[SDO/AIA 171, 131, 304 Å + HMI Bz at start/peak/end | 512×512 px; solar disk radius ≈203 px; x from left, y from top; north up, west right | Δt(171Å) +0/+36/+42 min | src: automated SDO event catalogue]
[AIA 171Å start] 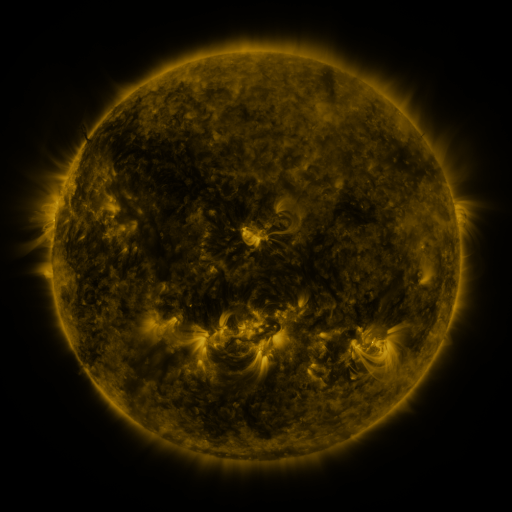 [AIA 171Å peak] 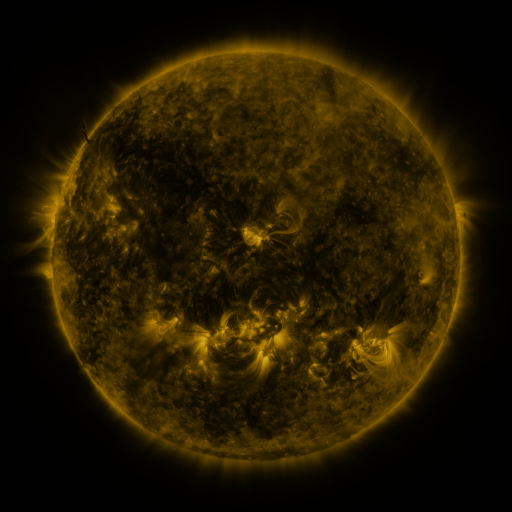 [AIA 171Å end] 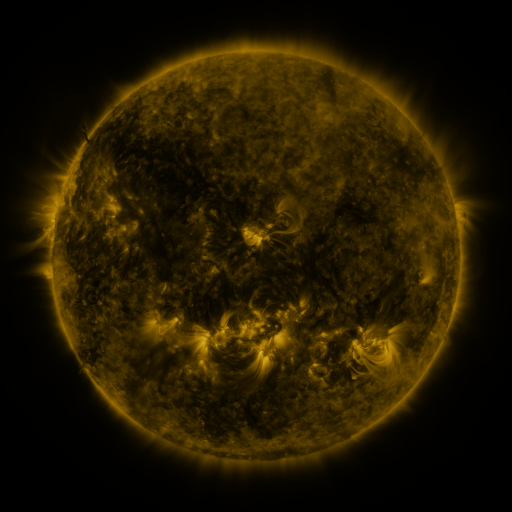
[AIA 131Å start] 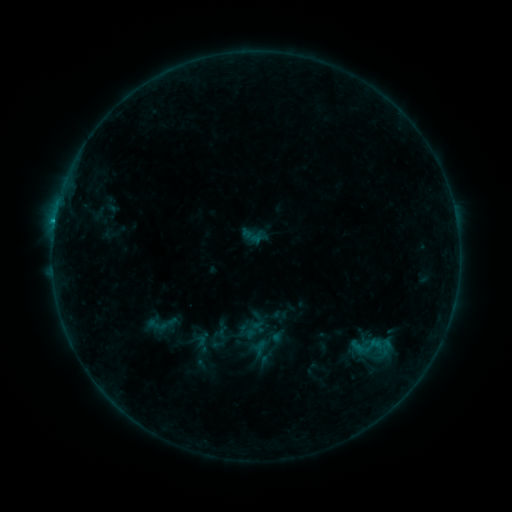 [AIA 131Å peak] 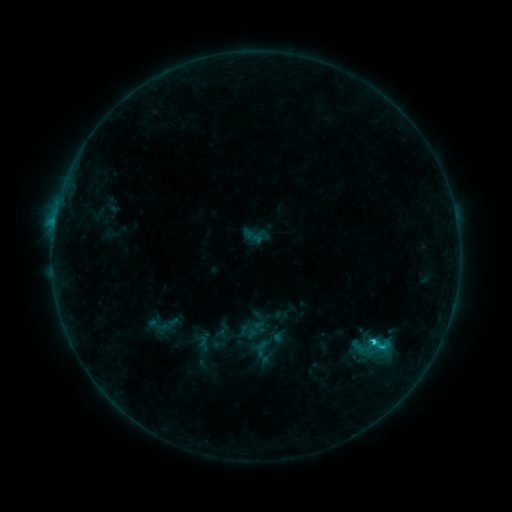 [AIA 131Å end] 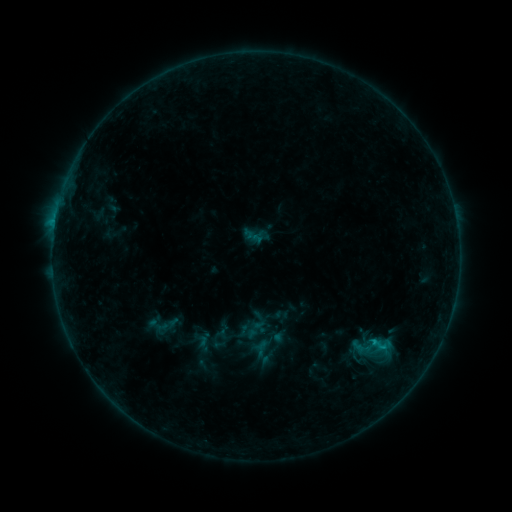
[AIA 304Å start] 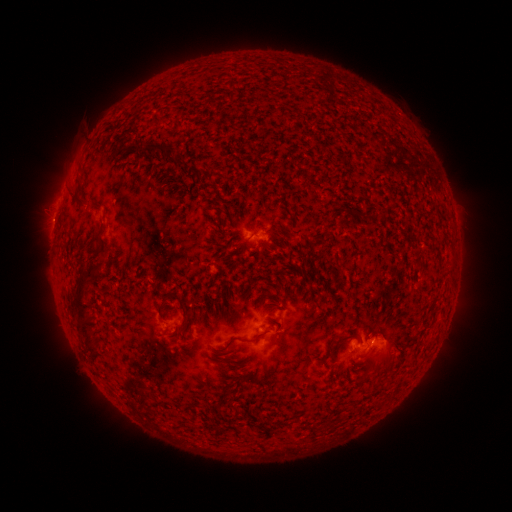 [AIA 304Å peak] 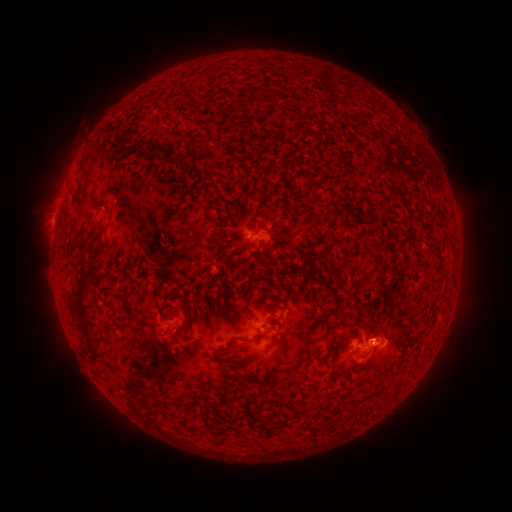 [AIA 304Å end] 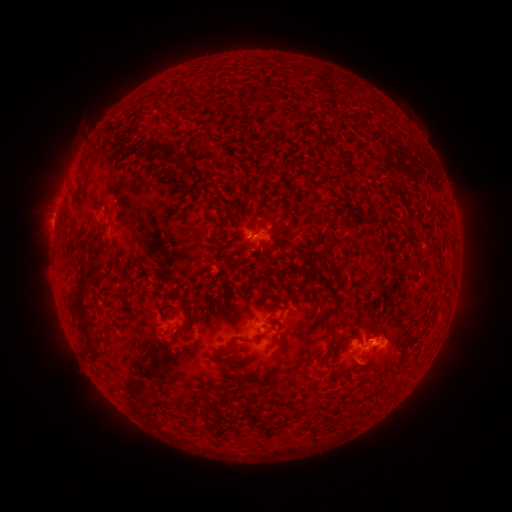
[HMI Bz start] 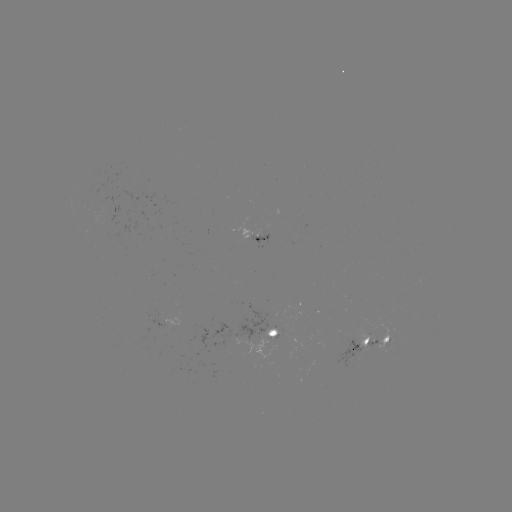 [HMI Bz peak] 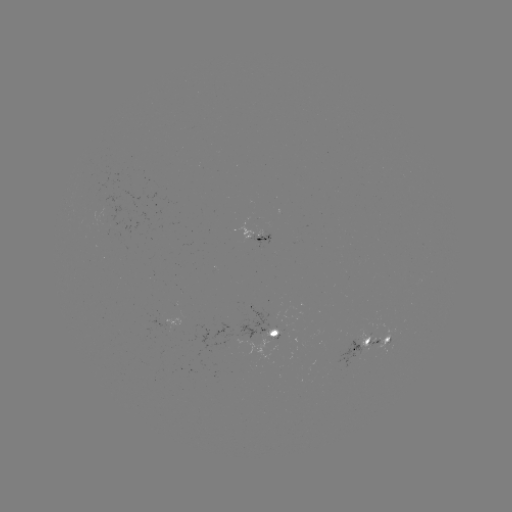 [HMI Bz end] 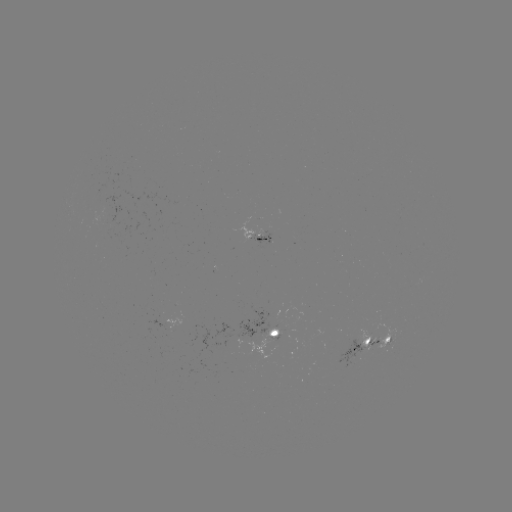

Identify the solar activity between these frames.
C1.5 flare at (371, 340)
